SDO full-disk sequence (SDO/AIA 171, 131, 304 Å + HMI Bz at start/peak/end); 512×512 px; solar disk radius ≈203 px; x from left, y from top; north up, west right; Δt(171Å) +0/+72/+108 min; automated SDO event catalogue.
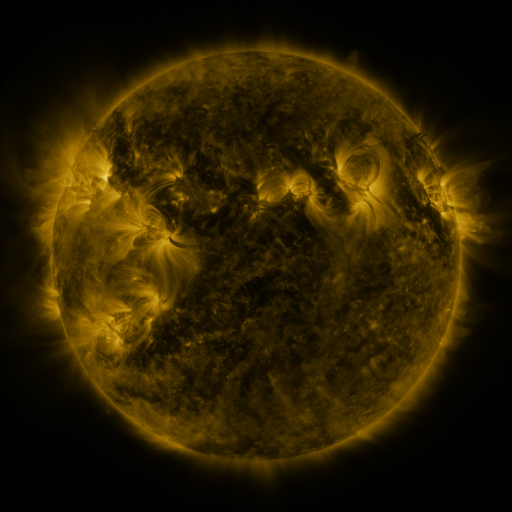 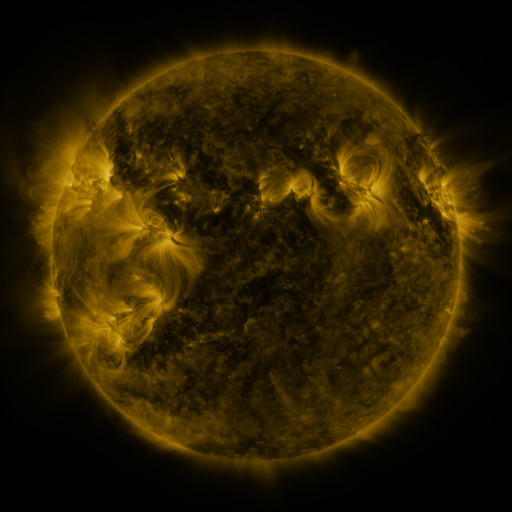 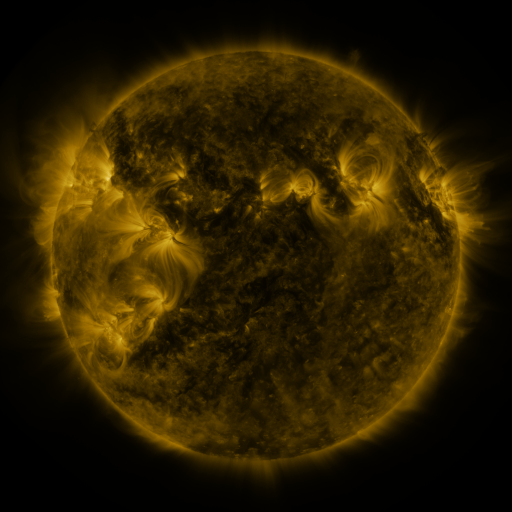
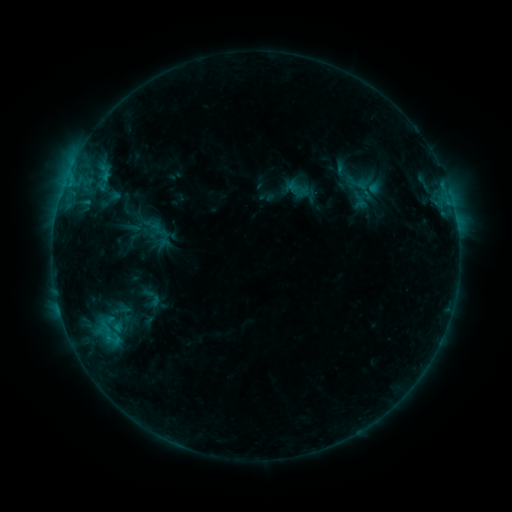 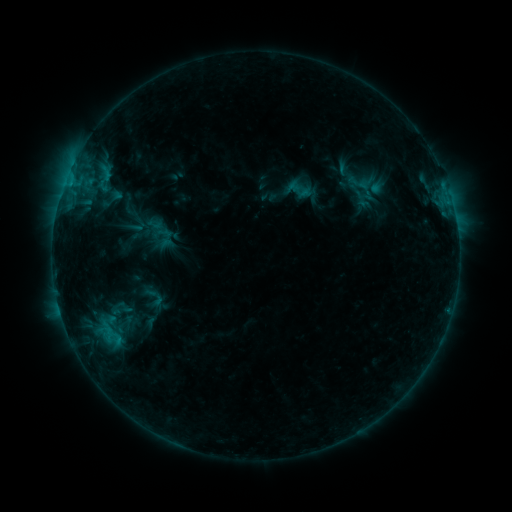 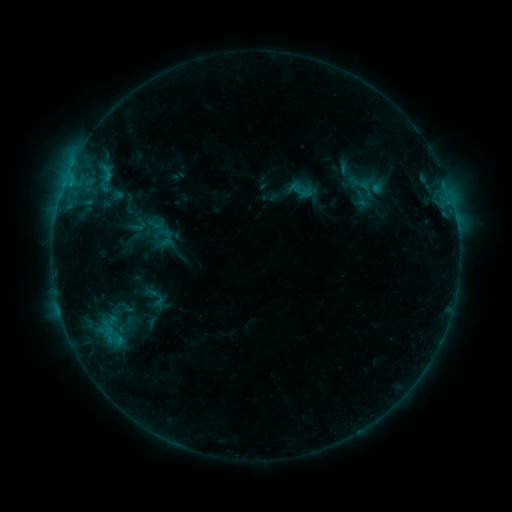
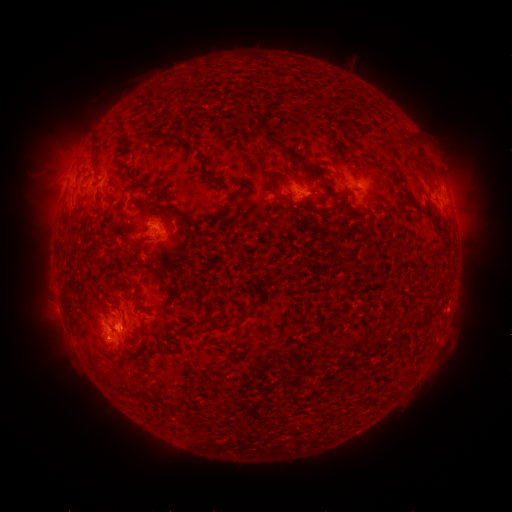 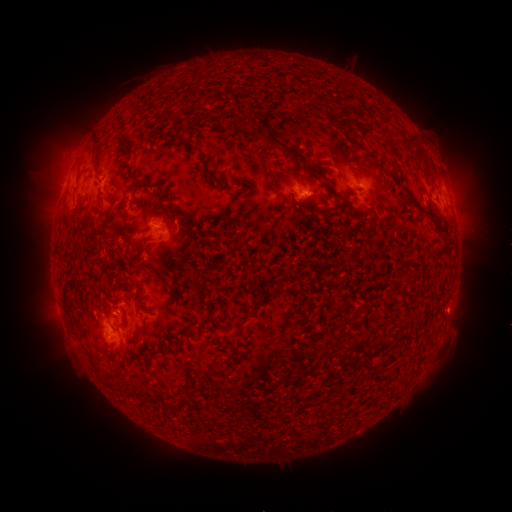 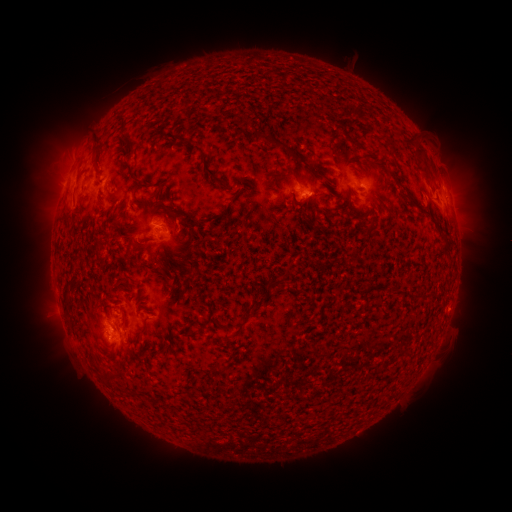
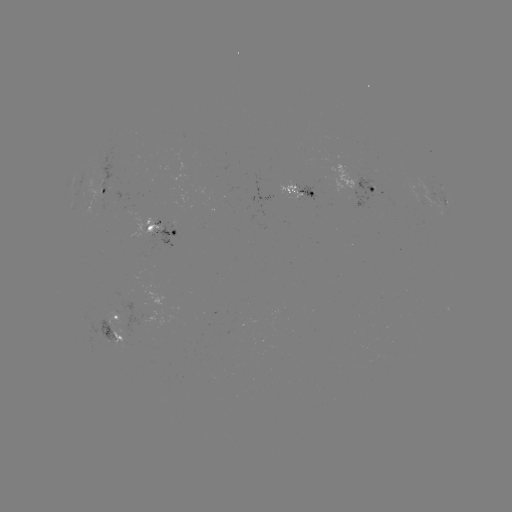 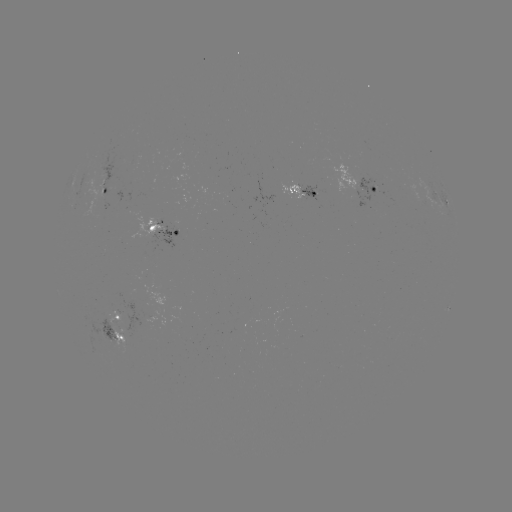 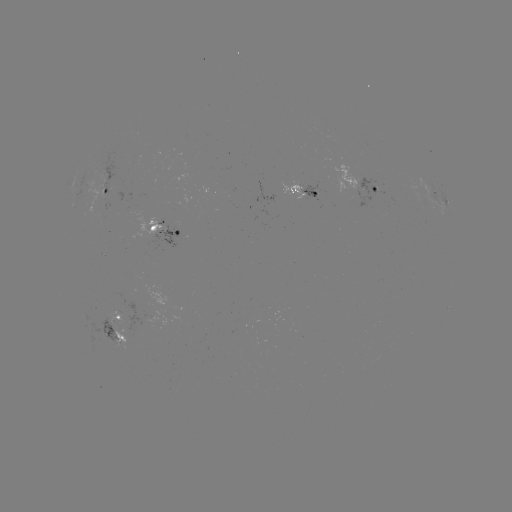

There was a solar emerging-flux region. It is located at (108, 336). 